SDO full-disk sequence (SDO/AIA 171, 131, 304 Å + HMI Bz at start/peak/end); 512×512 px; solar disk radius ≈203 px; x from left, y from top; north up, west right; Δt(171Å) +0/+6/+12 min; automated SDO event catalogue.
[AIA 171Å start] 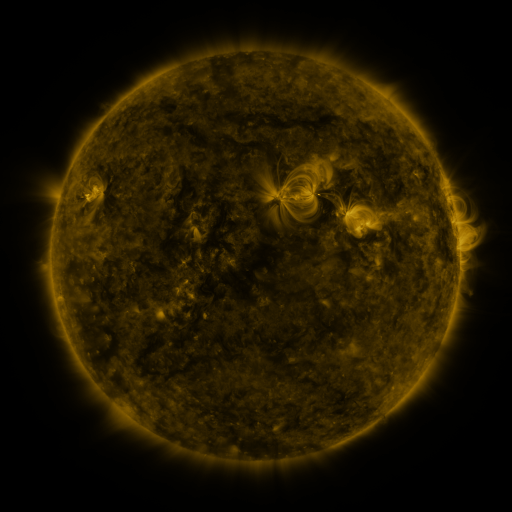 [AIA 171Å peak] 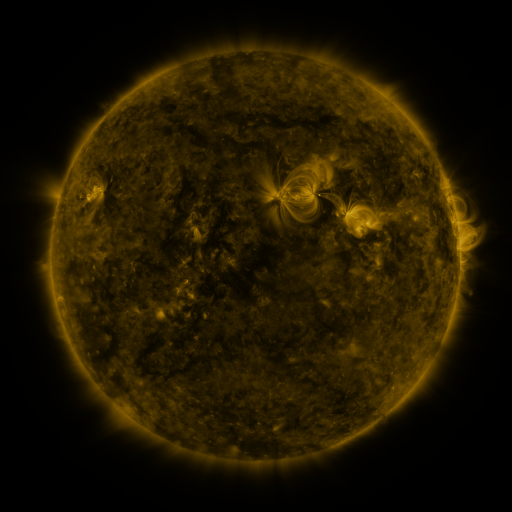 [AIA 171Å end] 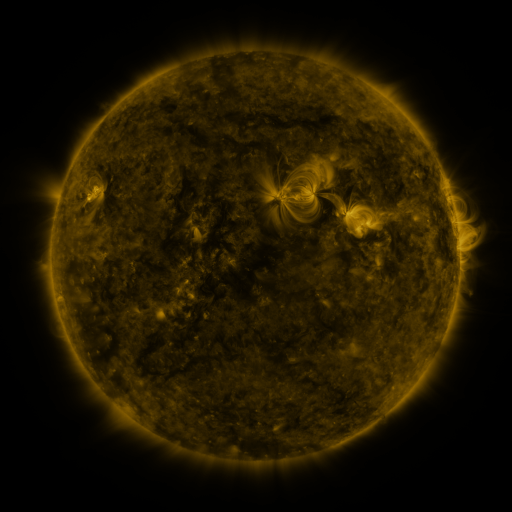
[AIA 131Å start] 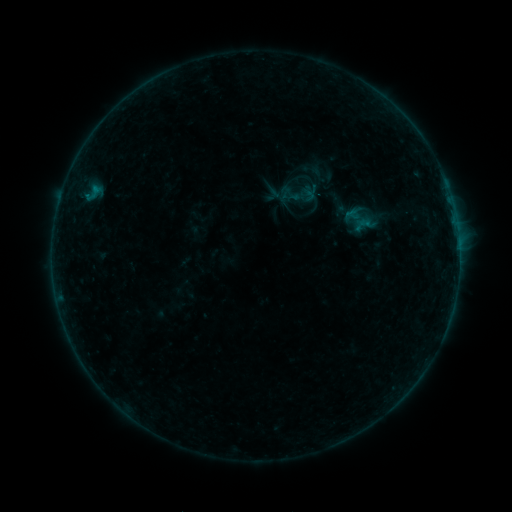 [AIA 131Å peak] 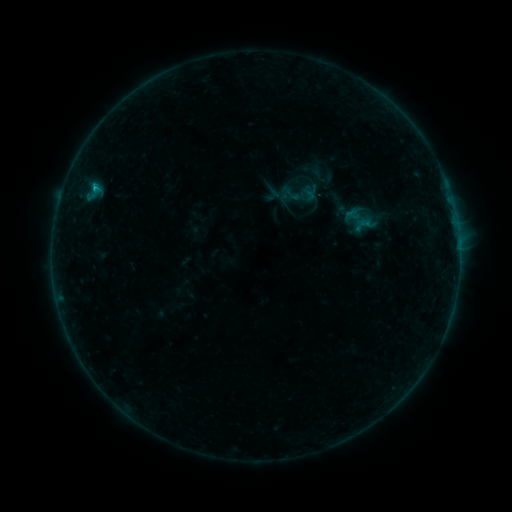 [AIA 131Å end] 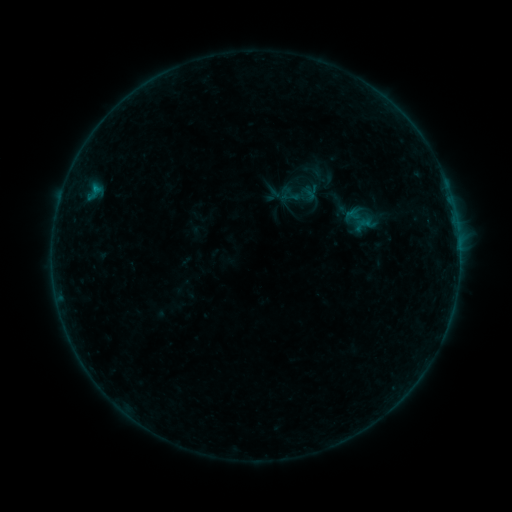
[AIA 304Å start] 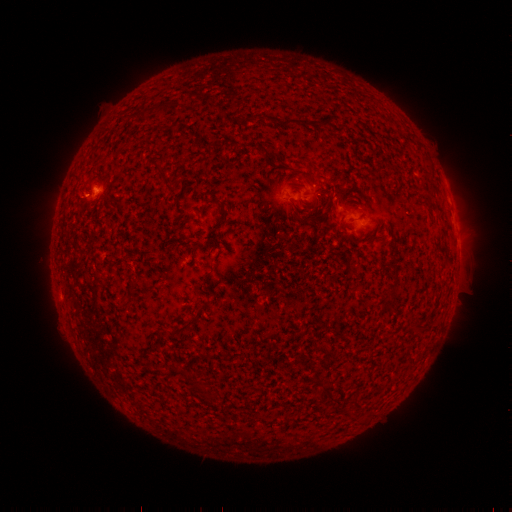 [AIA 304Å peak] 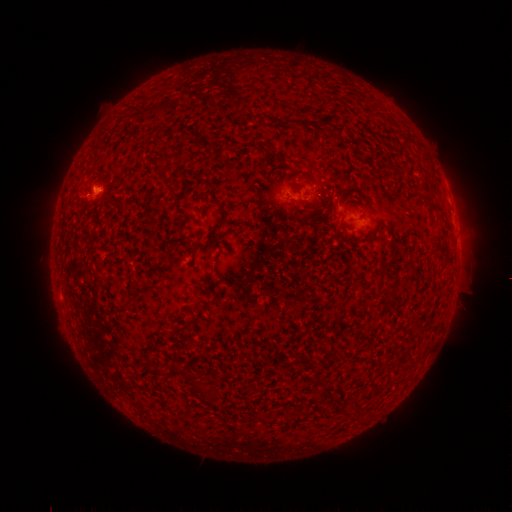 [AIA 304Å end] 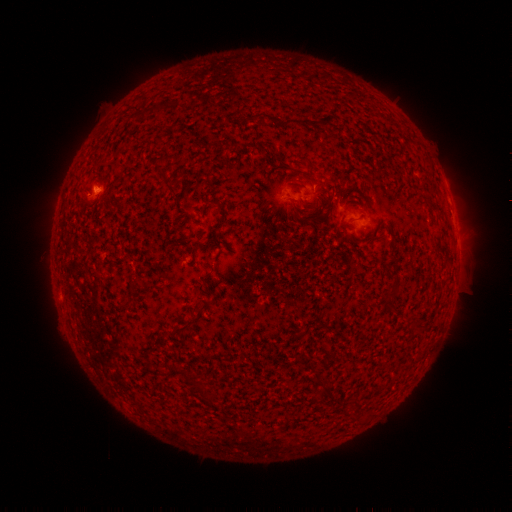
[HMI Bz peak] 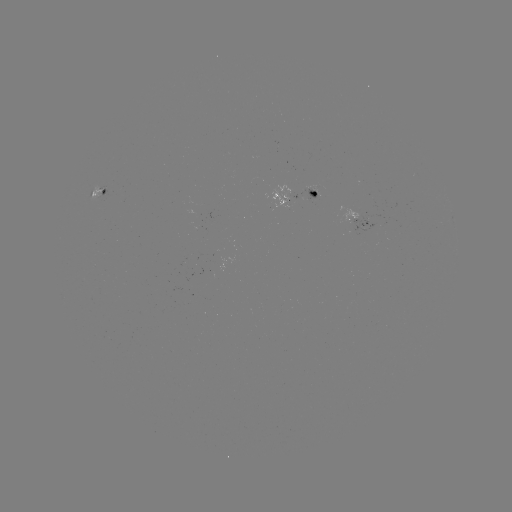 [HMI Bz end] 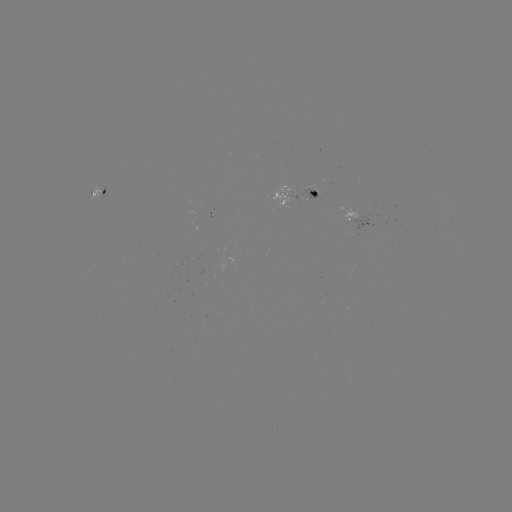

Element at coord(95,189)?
B4.0 flare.